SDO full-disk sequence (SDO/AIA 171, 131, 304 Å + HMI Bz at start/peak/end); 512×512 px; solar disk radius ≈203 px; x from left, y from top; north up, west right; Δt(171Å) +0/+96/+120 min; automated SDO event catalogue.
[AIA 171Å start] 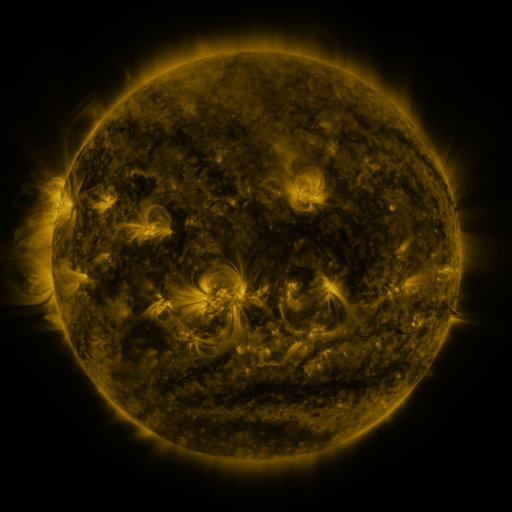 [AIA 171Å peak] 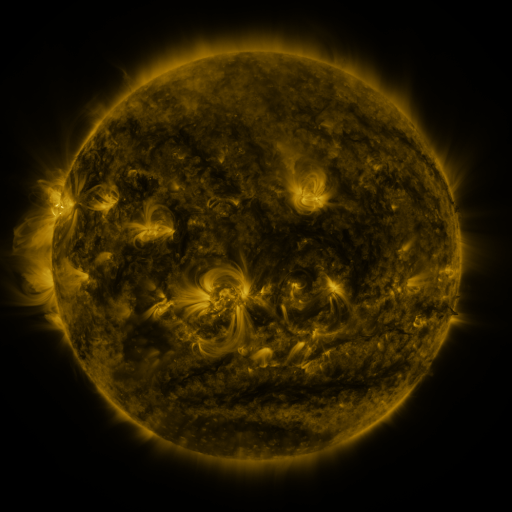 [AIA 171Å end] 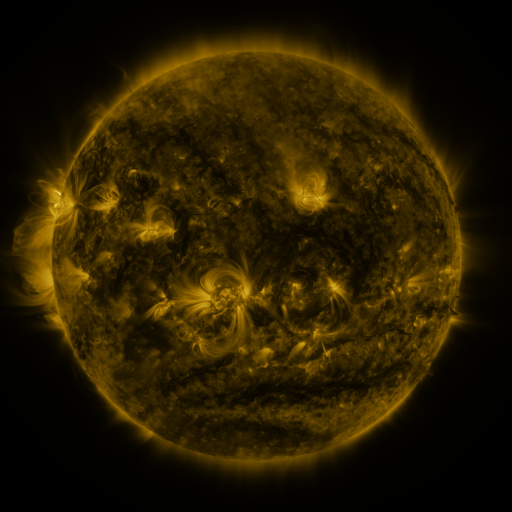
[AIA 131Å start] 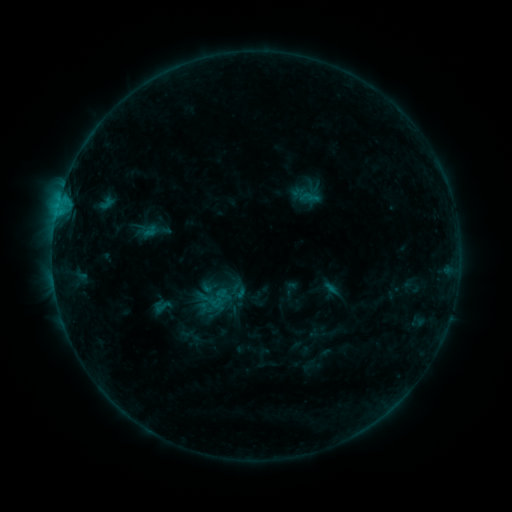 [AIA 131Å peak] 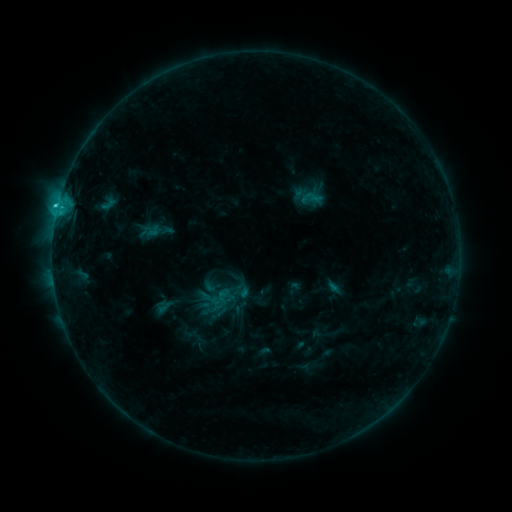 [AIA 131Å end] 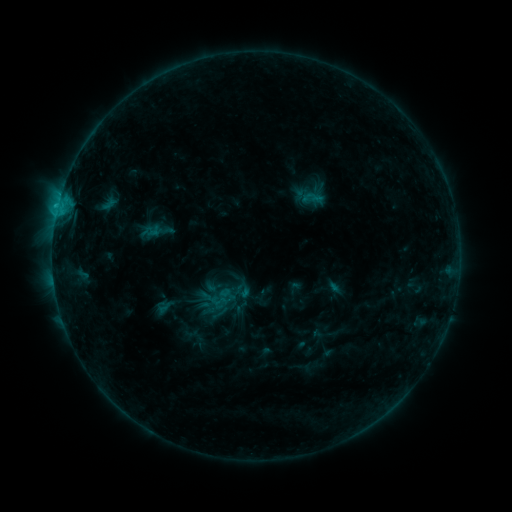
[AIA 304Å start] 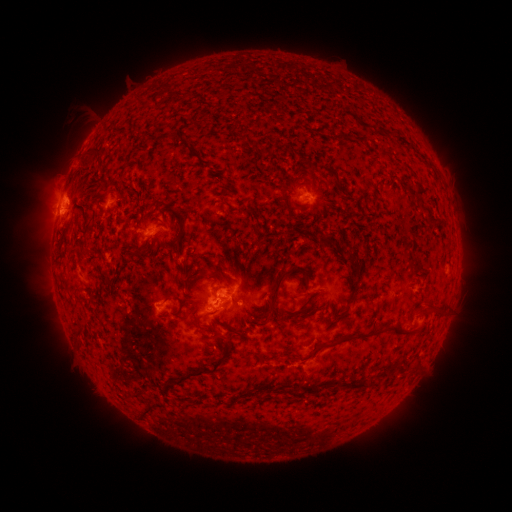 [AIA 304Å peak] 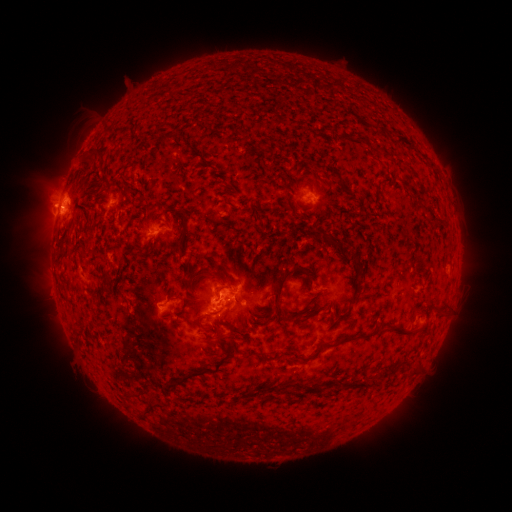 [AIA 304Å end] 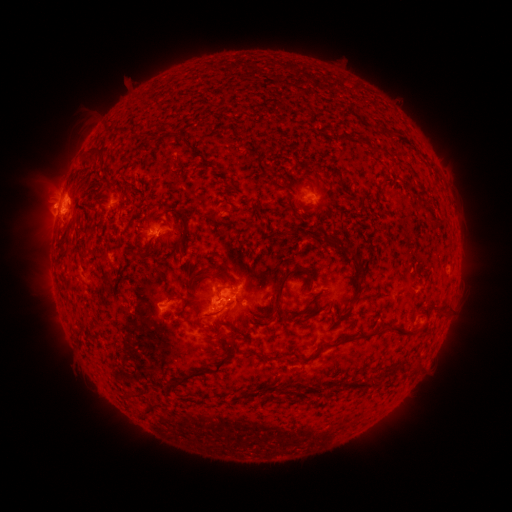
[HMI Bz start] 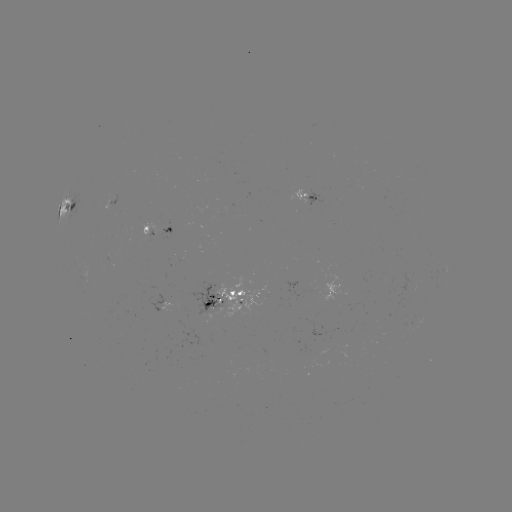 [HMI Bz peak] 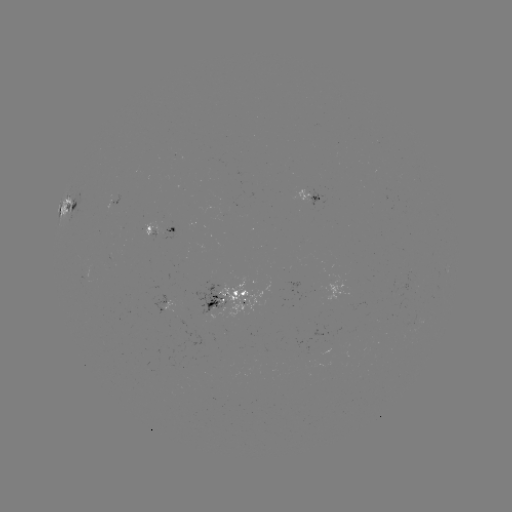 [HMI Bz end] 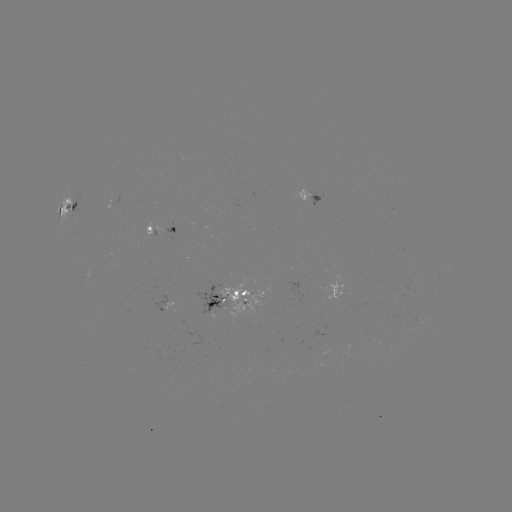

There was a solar emerging-flux region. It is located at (165, 302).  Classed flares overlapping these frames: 1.